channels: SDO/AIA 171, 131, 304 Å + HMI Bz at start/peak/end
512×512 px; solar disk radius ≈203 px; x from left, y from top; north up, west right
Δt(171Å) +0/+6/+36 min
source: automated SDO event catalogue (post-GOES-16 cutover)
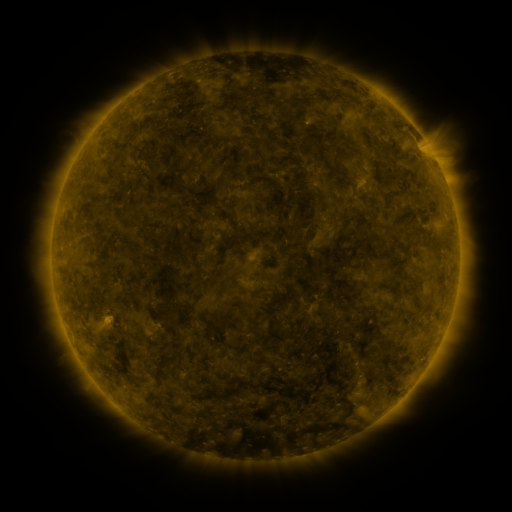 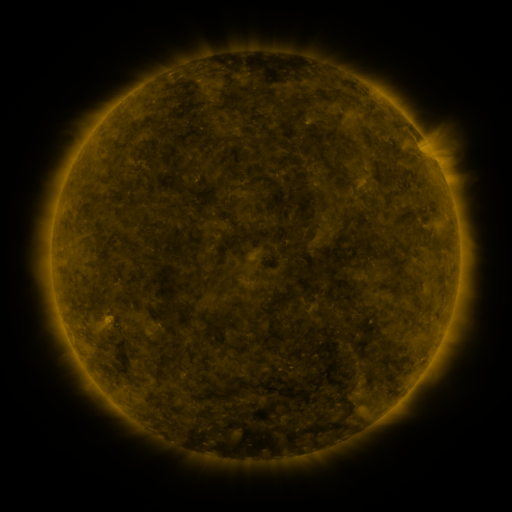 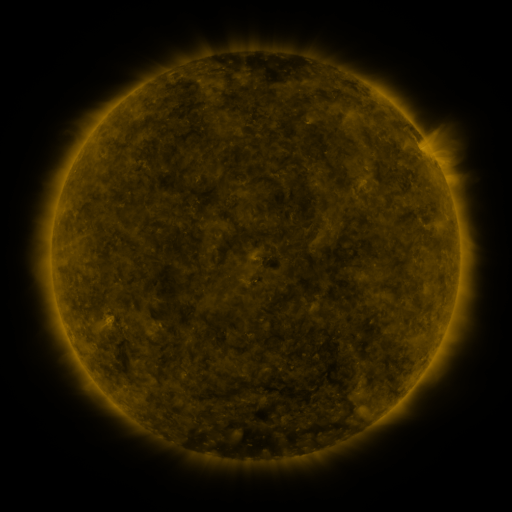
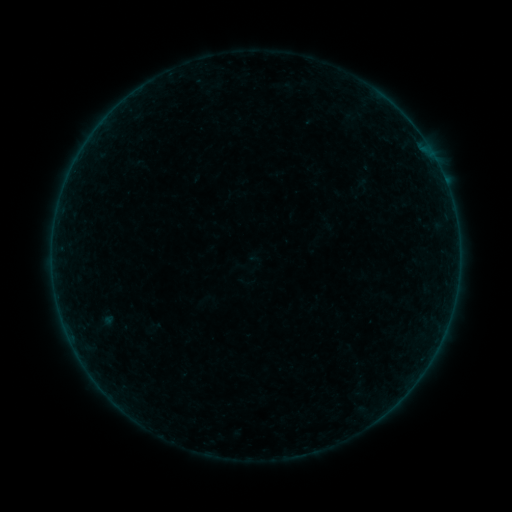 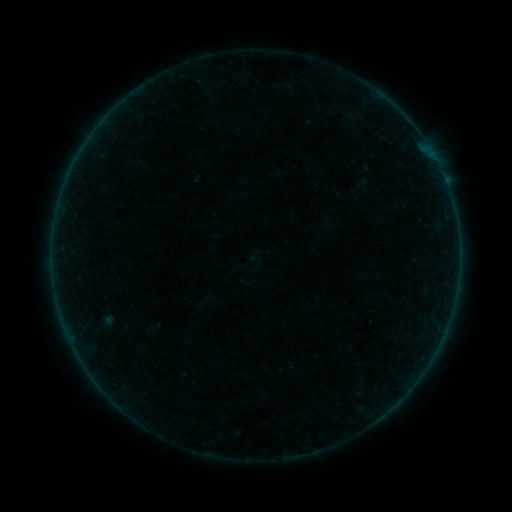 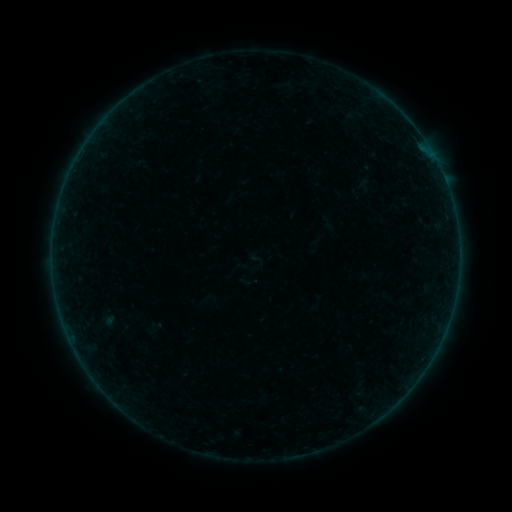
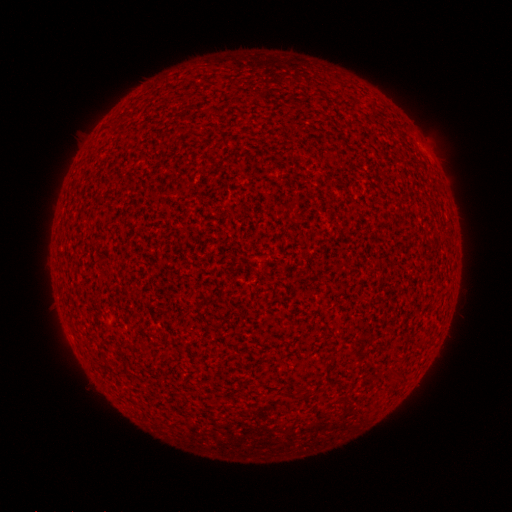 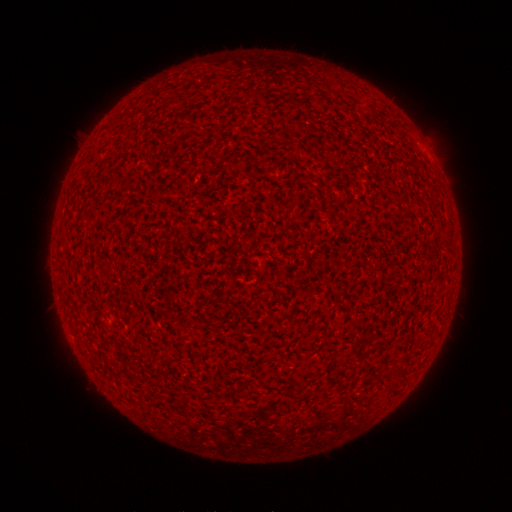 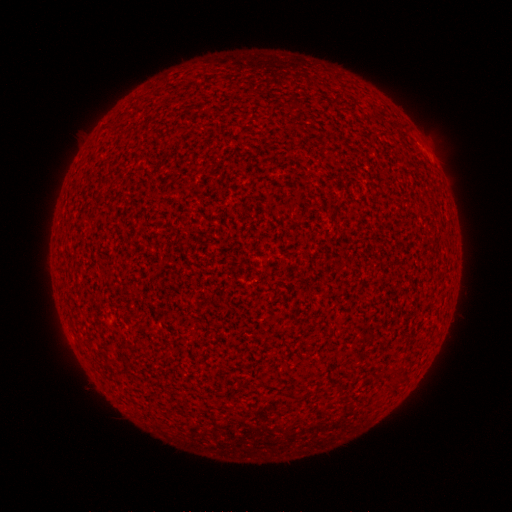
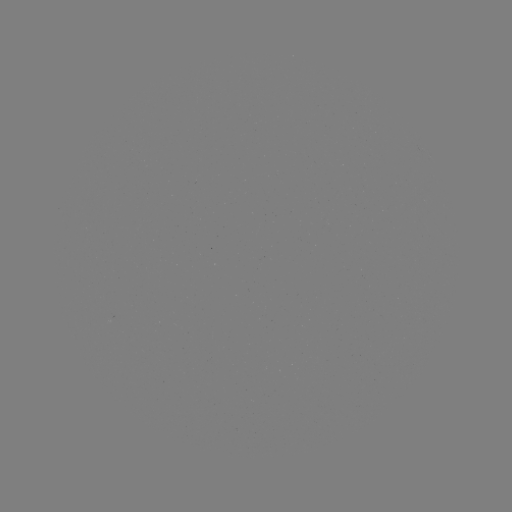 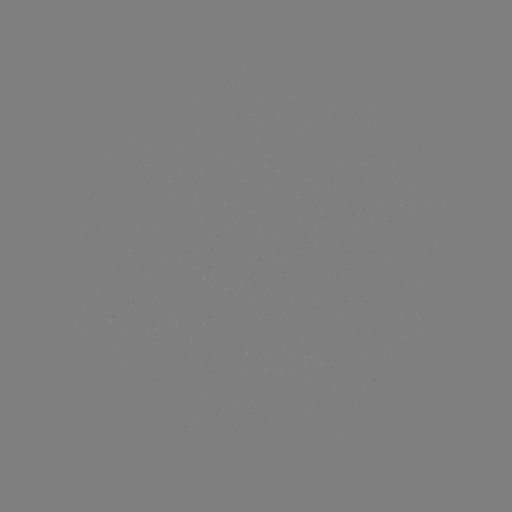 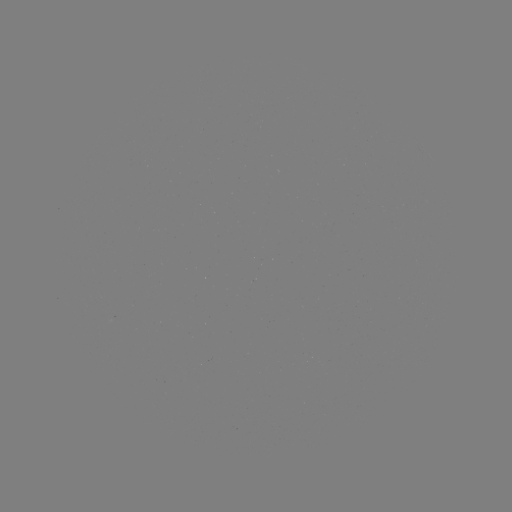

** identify A1.9 flare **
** [289, 364] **